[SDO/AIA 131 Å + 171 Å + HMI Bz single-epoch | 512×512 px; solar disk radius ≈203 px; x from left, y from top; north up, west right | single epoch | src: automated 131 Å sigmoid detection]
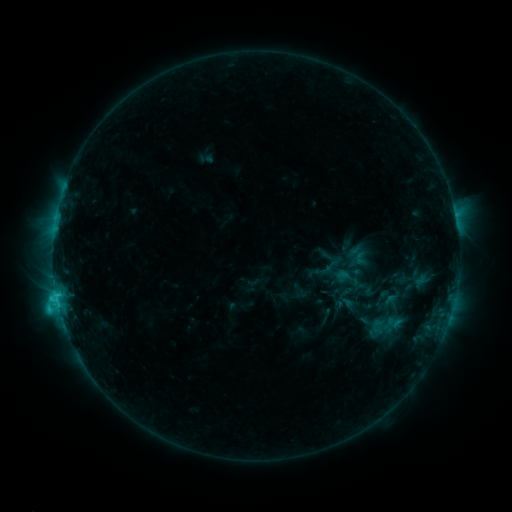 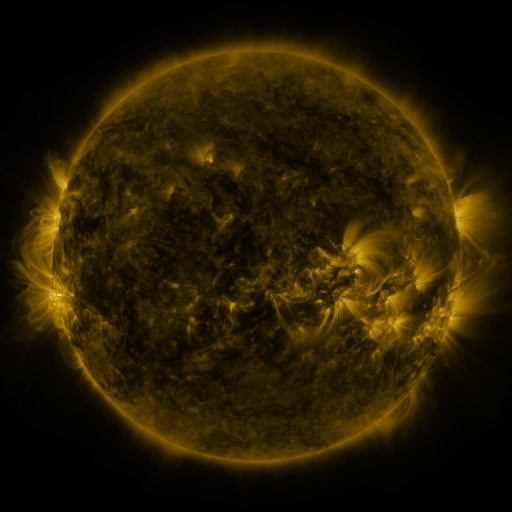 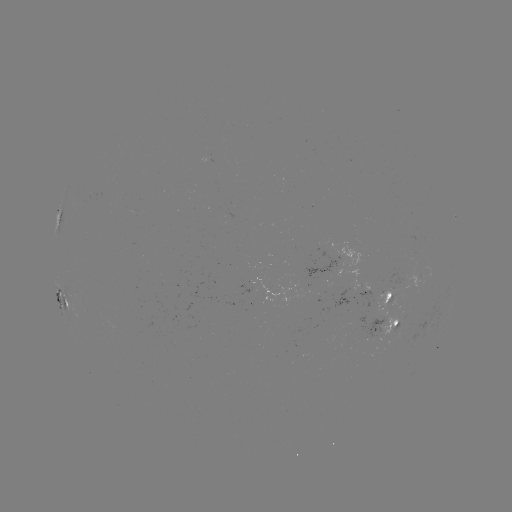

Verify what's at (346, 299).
sigmoid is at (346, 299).